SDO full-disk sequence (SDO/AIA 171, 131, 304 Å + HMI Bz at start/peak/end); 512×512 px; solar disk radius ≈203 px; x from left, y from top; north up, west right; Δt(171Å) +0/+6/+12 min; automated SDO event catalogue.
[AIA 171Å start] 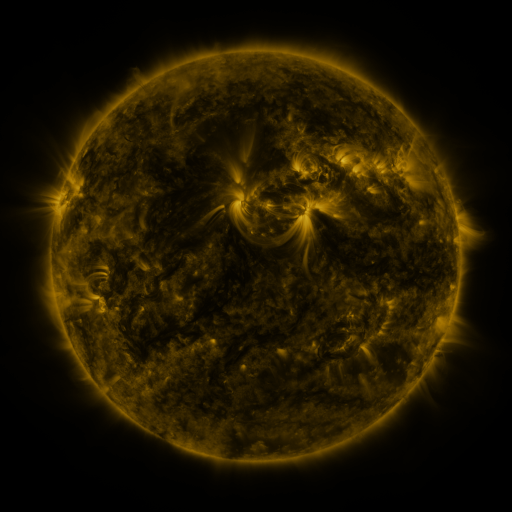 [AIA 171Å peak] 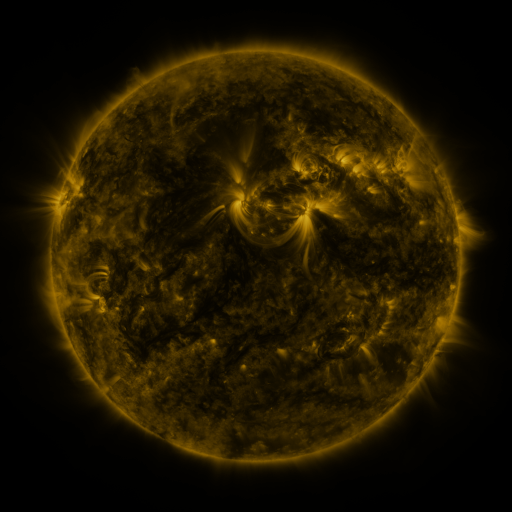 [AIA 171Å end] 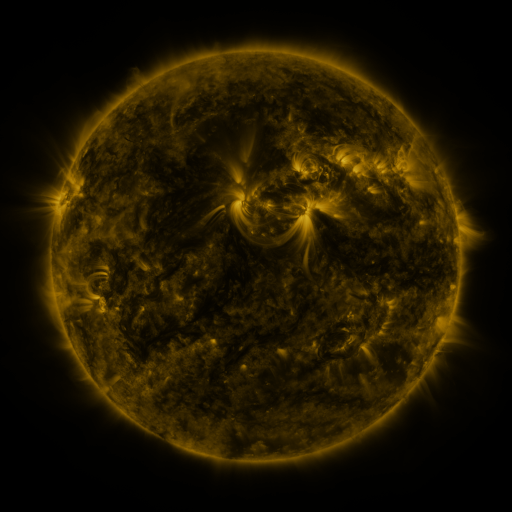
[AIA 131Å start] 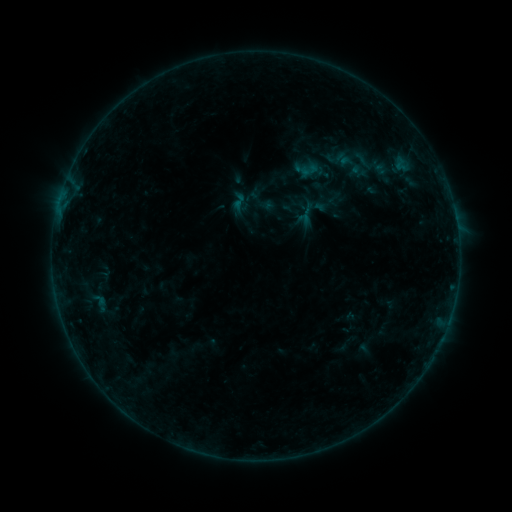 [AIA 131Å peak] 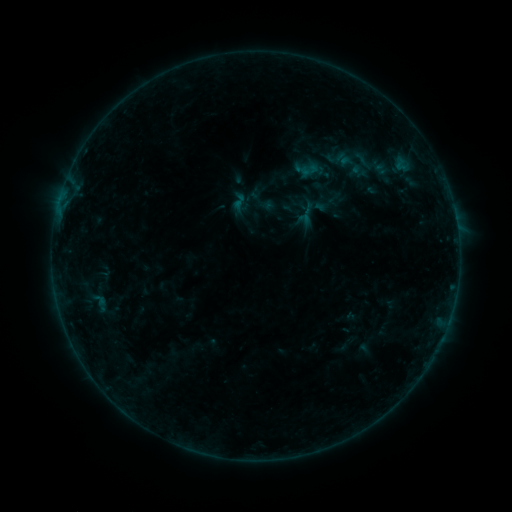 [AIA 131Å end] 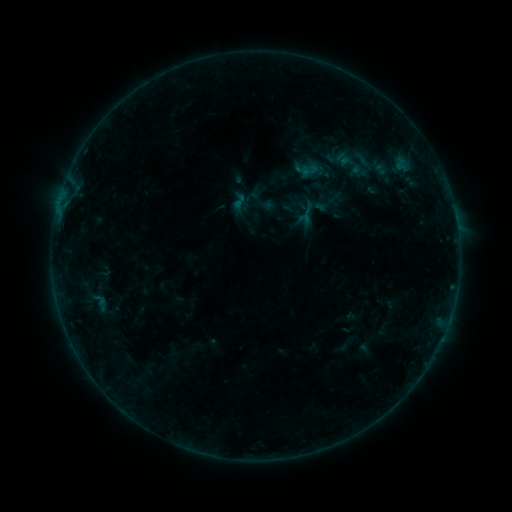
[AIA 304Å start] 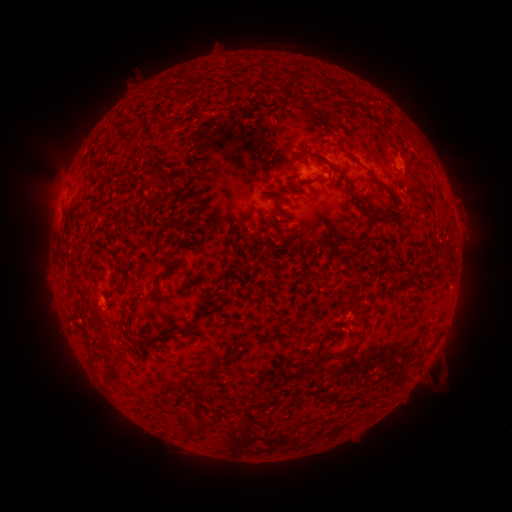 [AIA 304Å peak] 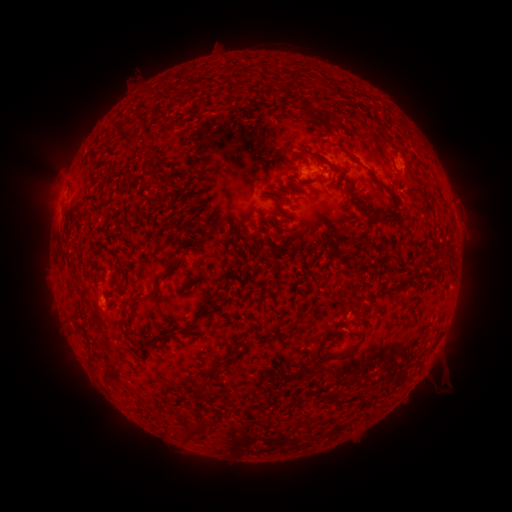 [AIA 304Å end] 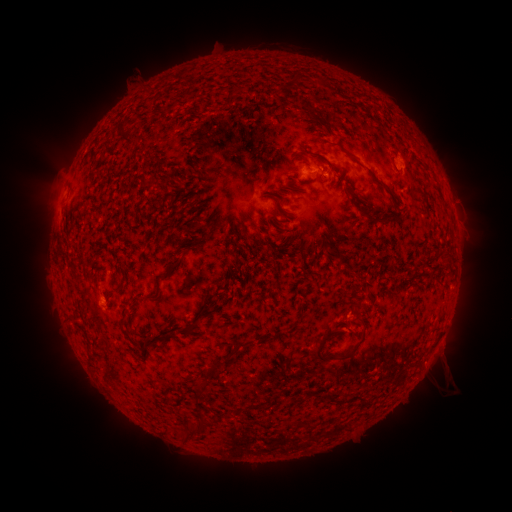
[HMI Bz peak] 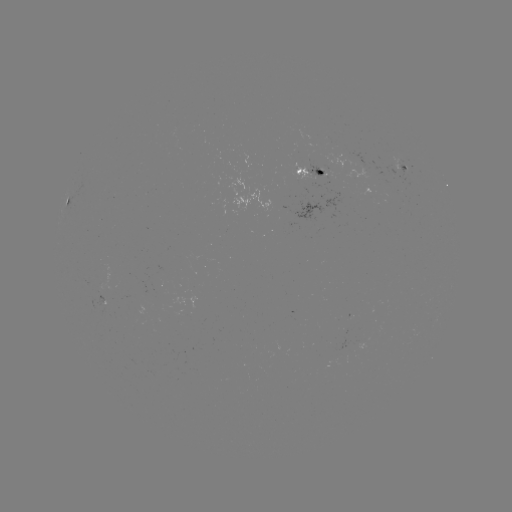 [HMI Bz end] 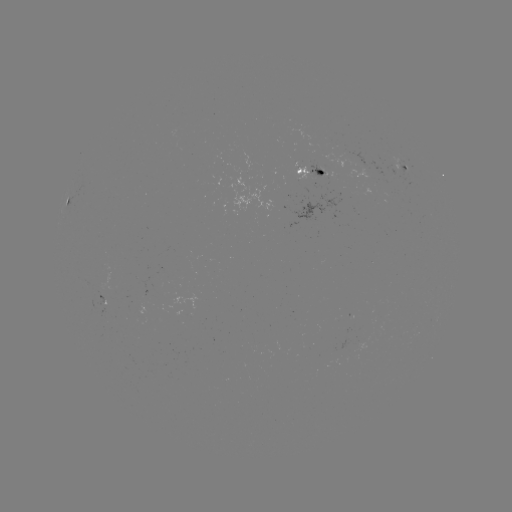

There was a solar eruption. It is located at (443, 378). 